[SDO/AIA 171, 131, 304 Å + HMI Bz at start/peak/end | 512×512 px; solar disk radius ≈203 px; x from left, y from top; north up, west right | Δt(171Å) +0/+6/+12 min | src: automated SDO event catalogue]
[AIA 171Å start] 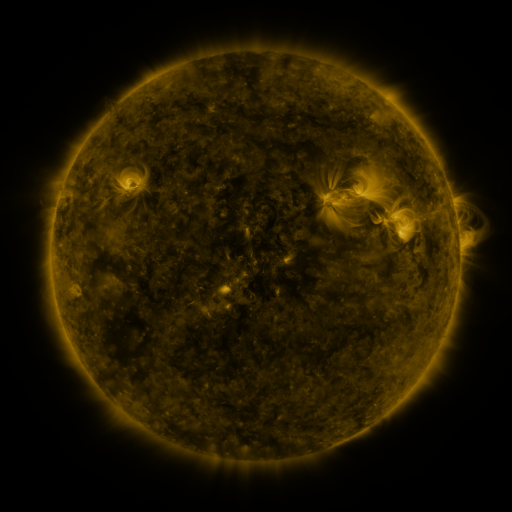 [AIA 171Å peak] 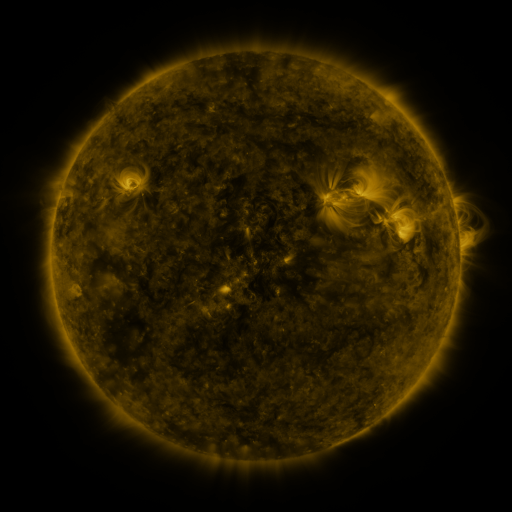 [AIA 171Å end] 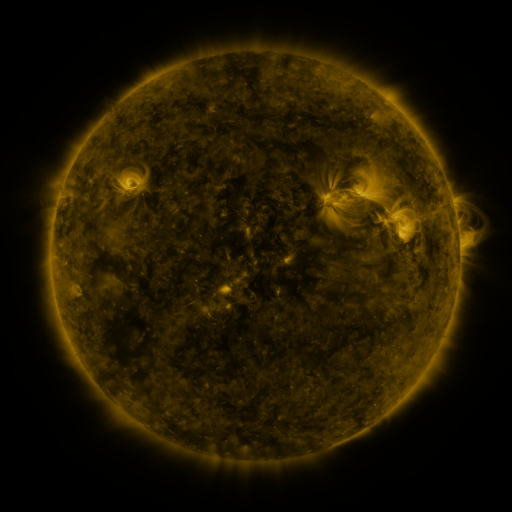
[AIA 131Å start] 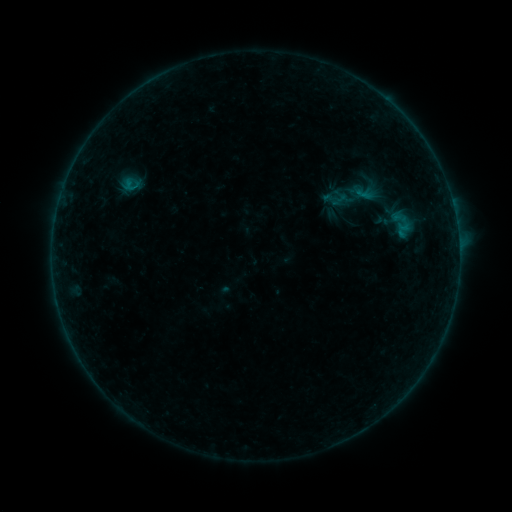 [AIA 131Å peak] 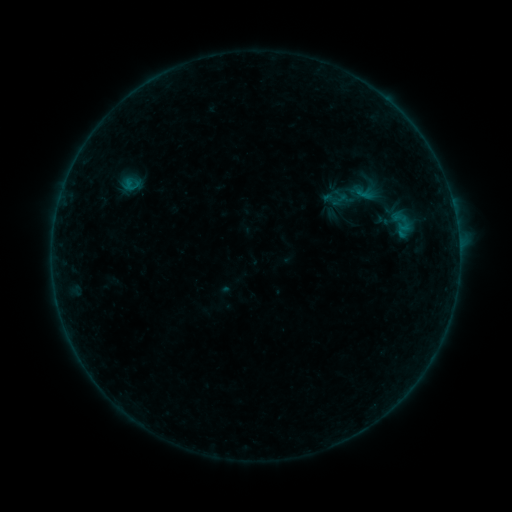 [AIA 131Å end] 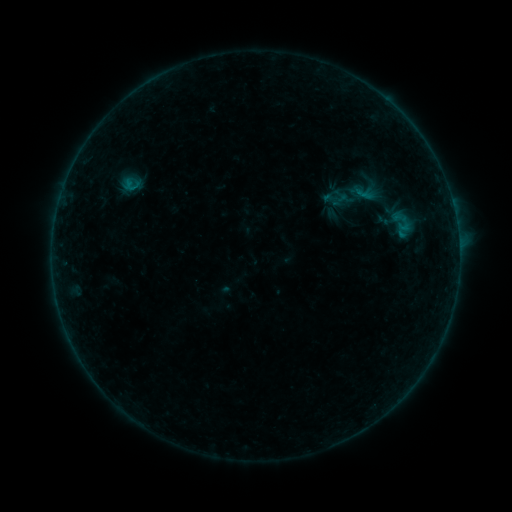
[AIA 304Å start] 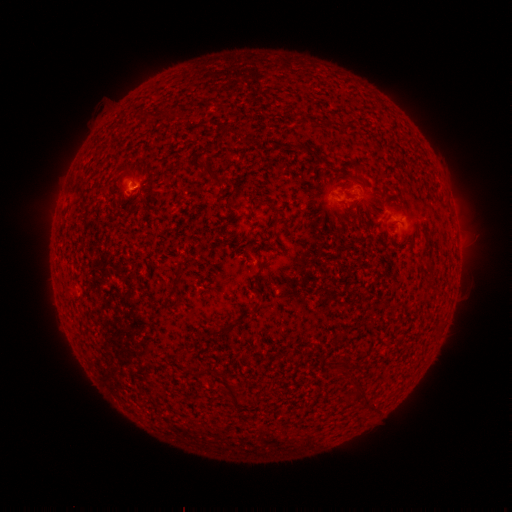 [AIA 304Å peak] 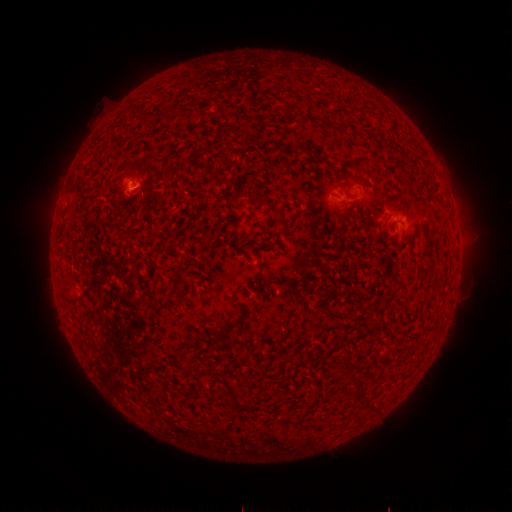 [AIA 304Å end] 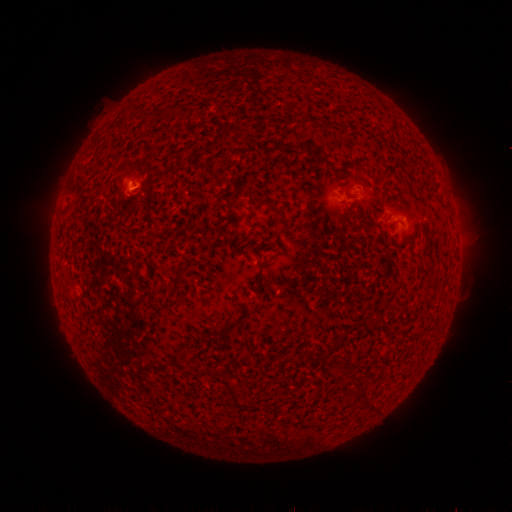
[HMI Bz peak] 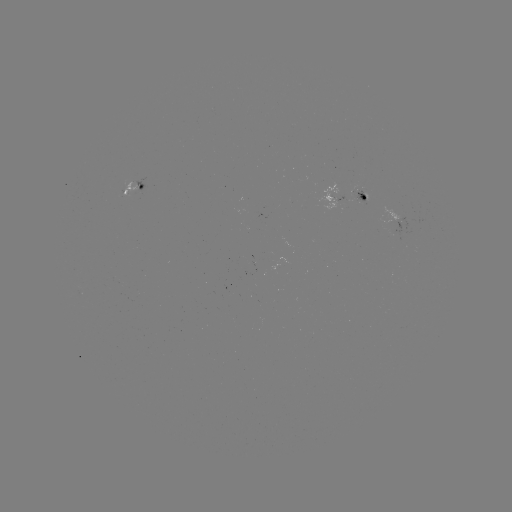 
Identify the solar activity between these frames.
B2.0 flare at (137, 188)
